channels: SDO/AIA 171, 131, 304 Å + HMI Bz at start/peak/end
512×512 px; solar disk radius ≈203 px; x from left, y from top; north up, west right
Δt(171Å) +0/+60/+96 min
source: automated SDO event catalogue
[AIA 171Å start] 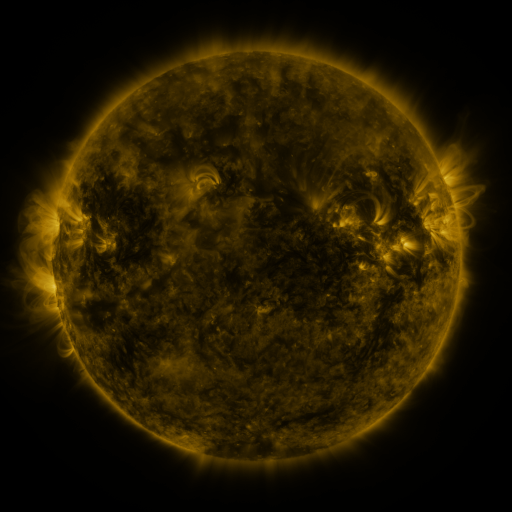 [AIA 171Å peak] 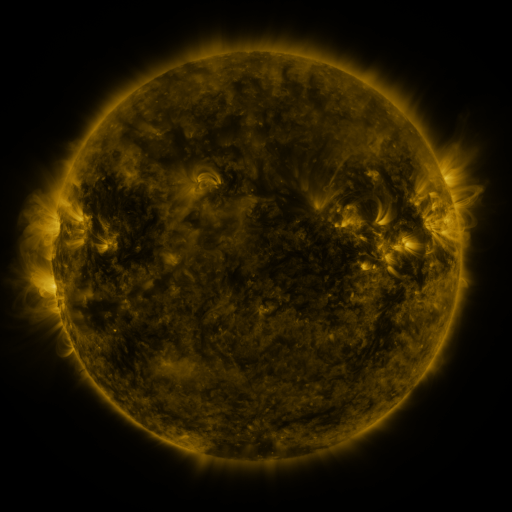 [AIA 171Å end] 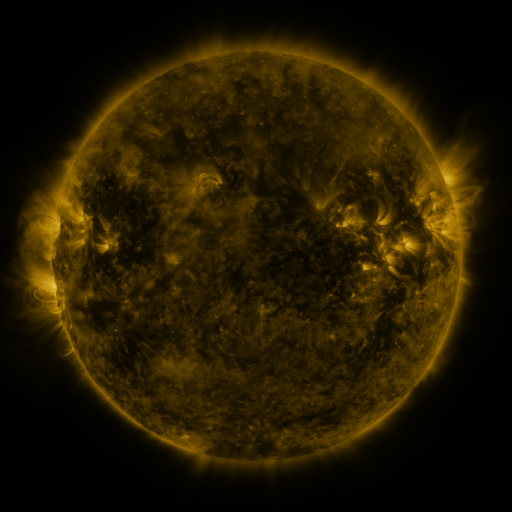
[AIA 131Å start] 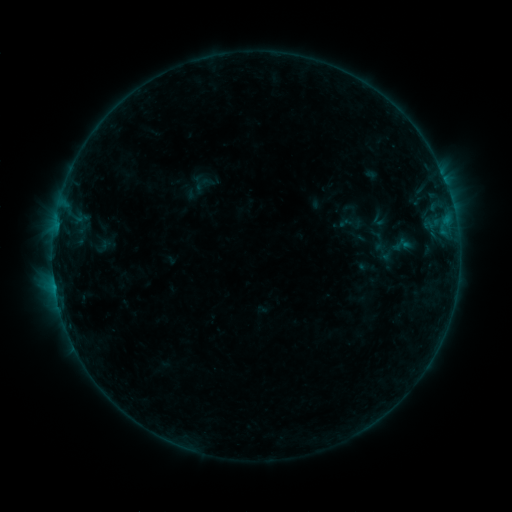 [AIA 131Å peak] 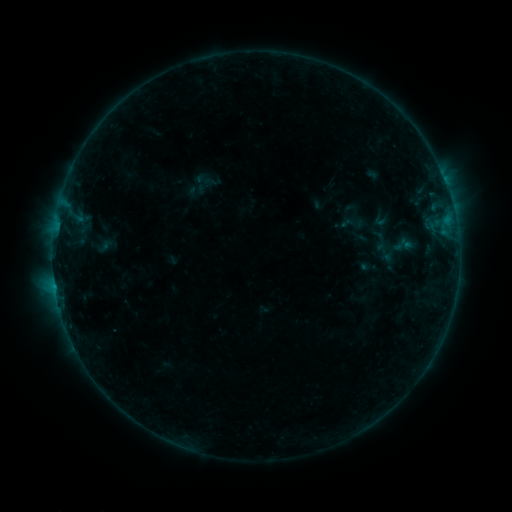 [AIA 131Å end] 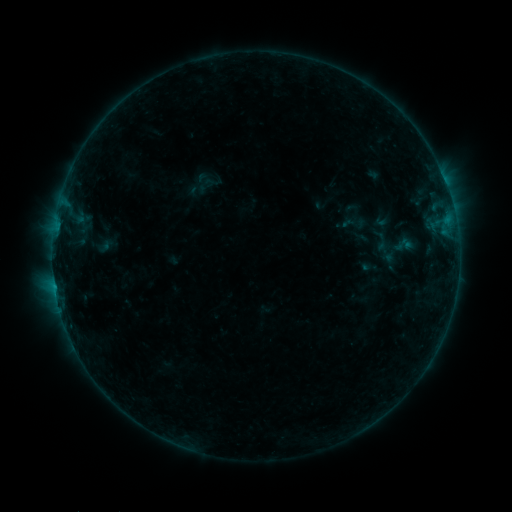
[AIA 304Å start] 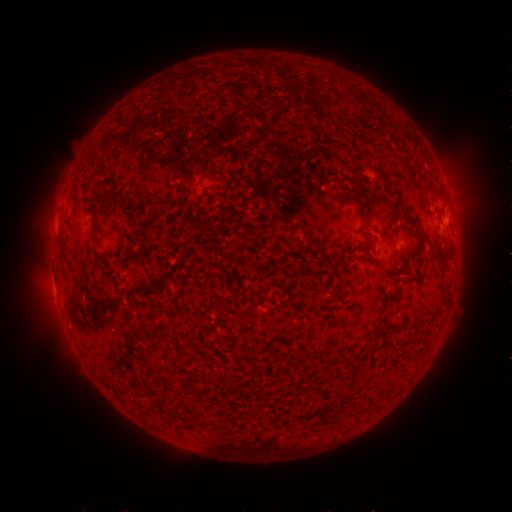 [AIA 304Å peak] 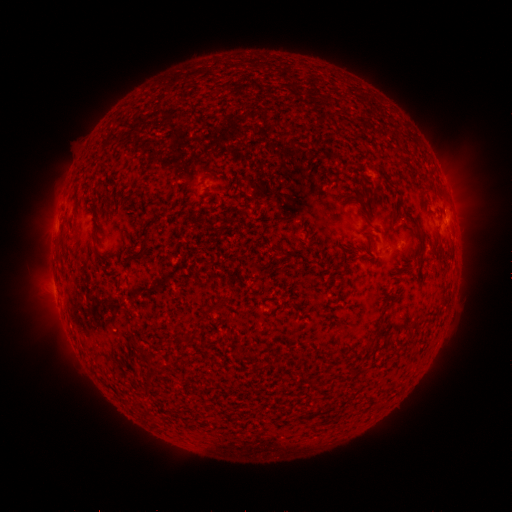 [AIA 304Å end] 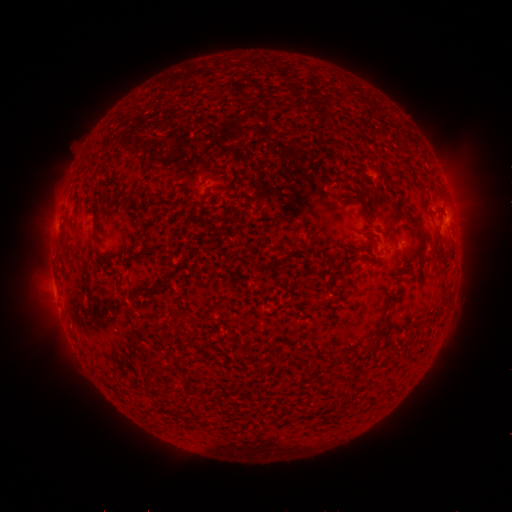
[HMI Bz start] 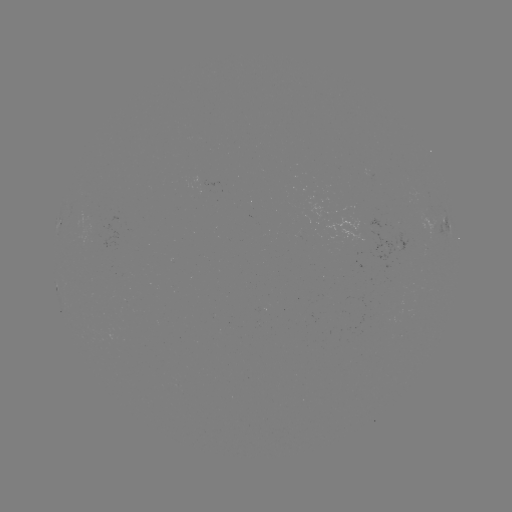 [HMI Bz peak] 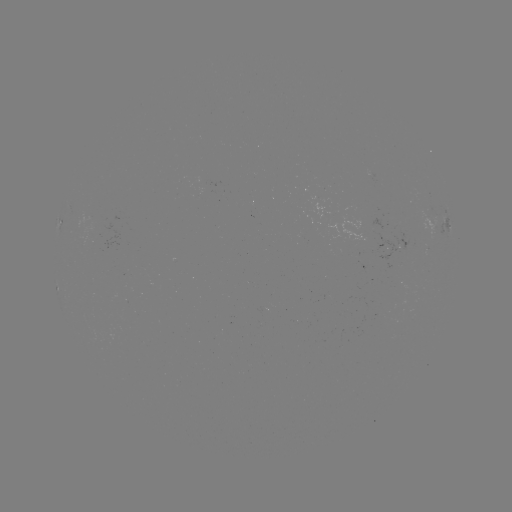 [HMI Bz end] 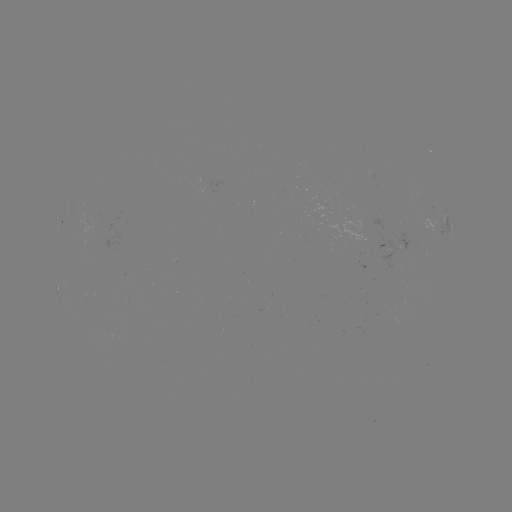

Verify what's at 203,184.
emerging-flux region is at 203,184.